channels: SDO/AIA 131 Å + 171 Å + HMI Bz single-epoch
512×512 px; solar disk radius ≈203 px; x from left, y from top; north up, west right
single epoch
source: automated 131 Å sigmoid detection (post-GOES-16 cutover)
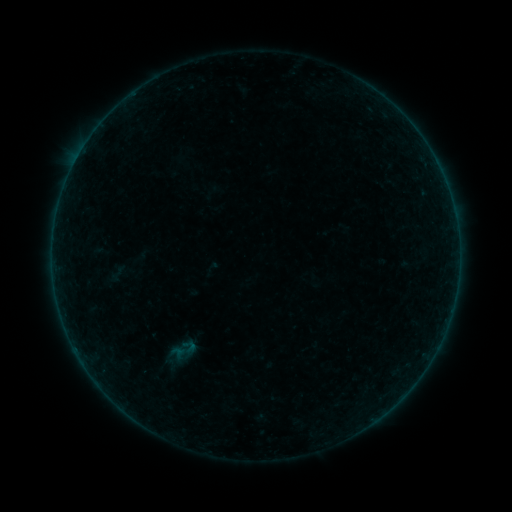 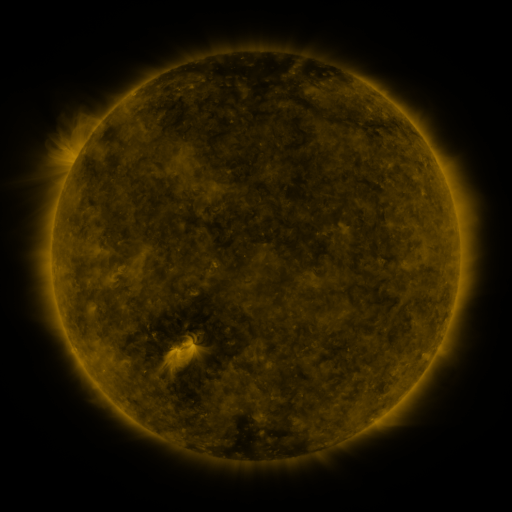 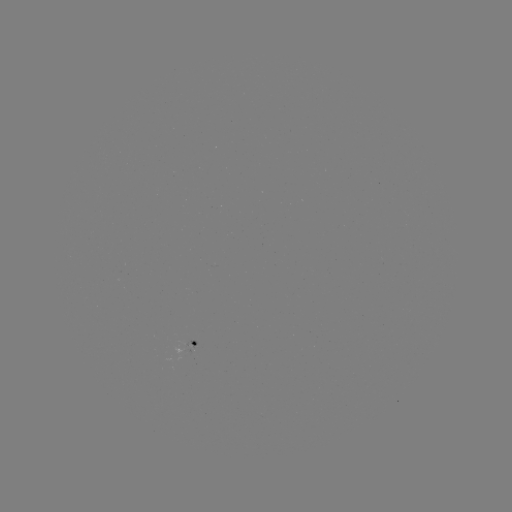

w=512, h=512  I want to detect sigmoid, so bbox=[177, 337, 201, 356].